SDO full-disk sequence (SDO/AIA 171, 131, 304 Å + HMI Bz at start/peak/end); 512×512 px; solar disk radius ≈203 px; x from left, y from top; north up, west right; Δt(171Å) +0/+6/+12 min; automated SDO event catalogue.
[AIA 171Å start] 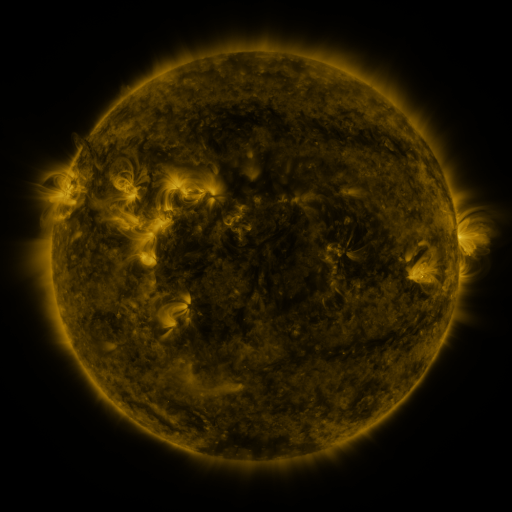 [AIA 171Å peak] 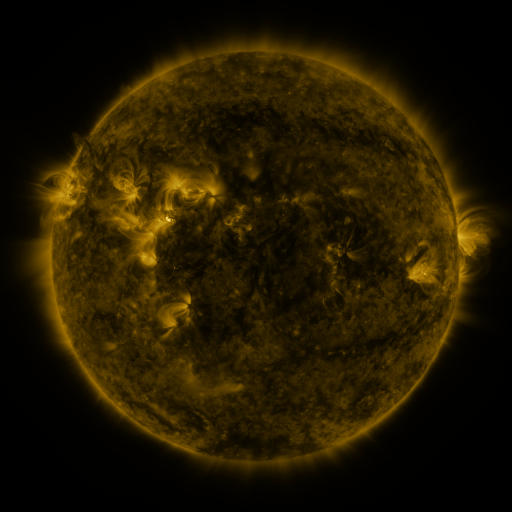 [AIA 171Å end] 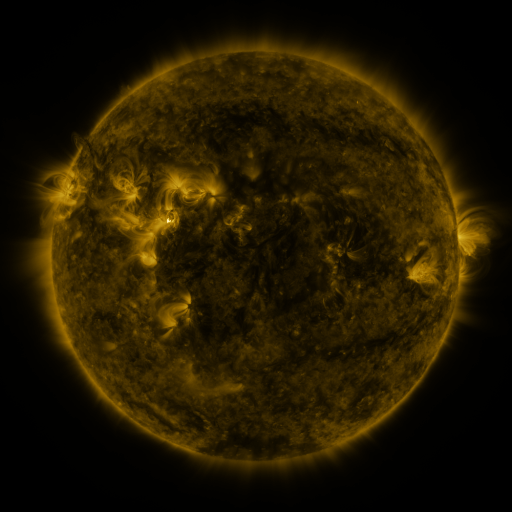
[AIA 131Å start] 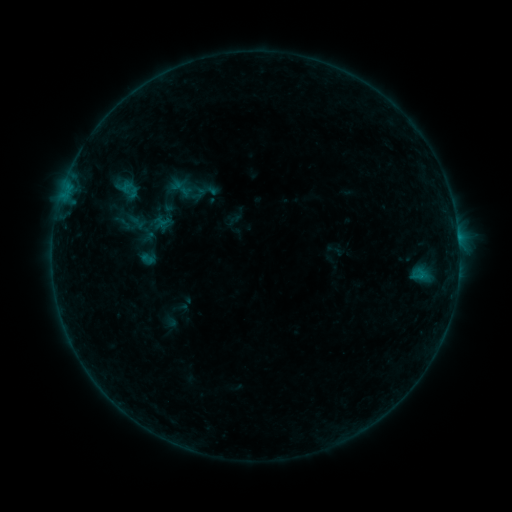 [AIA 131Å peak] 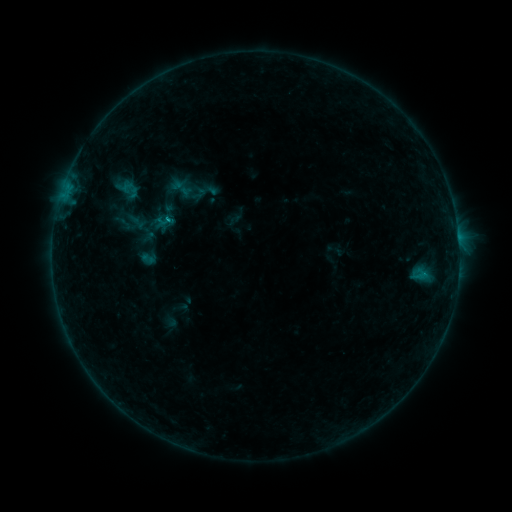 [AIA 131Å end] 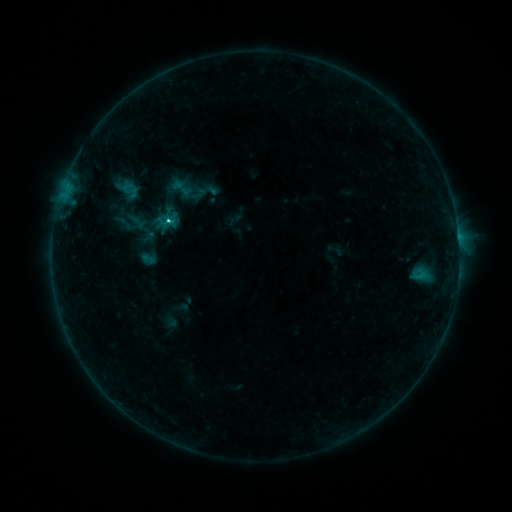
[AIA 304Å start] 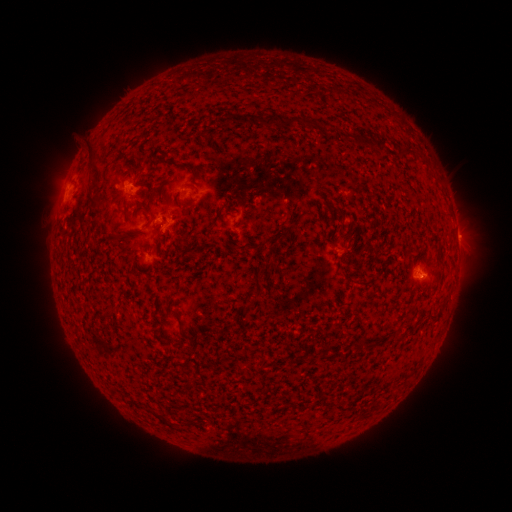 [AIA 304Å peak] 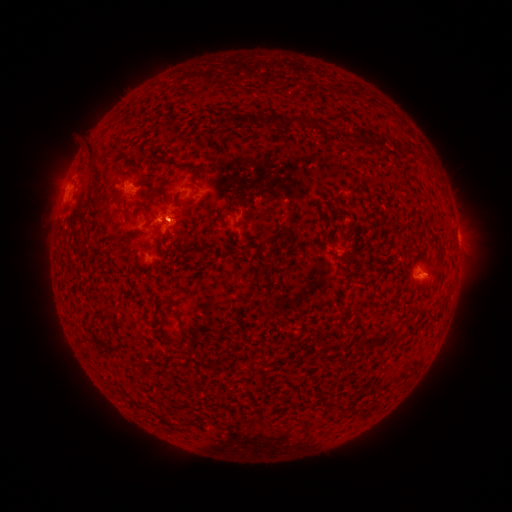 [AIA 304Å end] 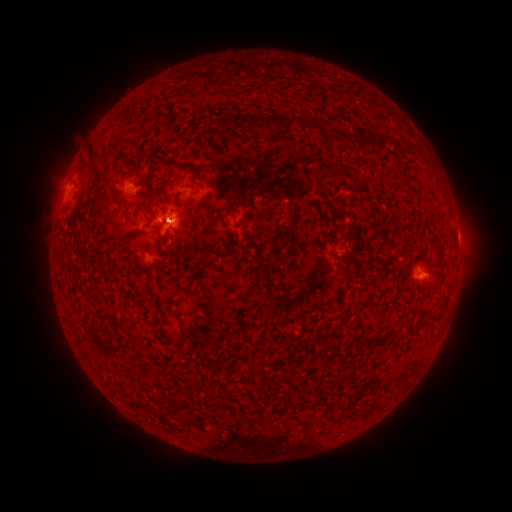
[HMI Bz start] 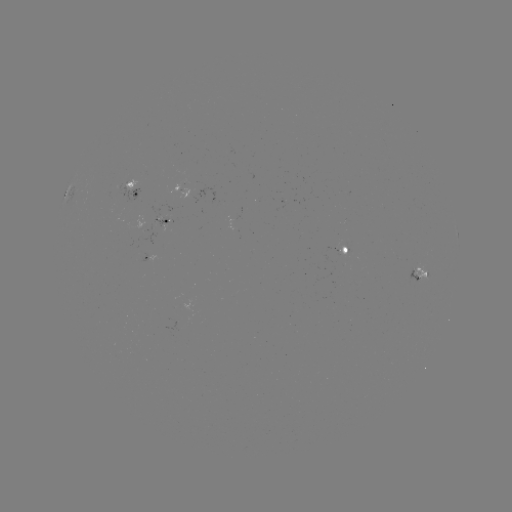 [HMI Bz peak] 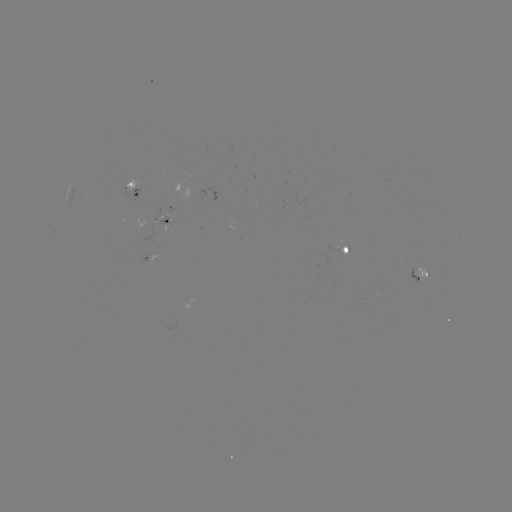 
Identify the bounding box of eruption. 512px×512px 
[128, 164, 215, 284].